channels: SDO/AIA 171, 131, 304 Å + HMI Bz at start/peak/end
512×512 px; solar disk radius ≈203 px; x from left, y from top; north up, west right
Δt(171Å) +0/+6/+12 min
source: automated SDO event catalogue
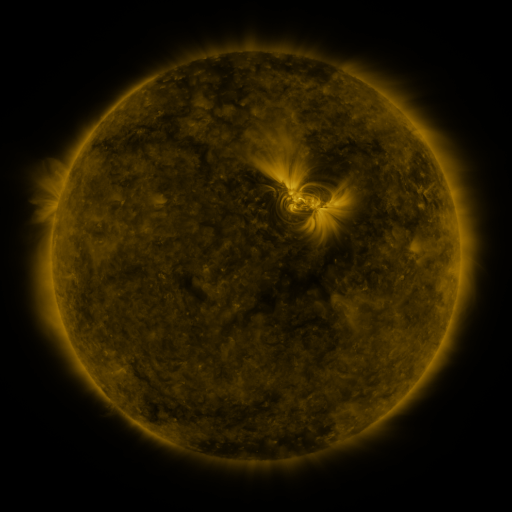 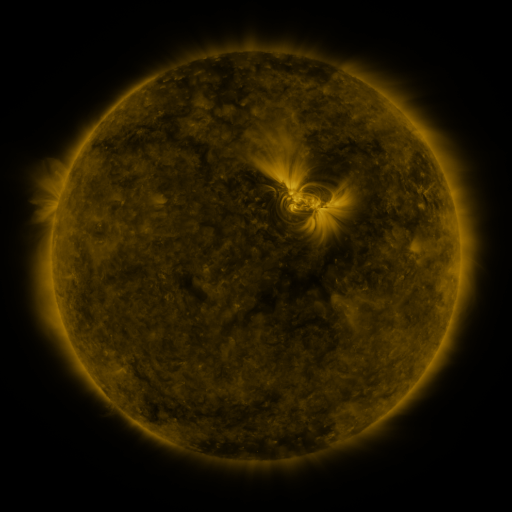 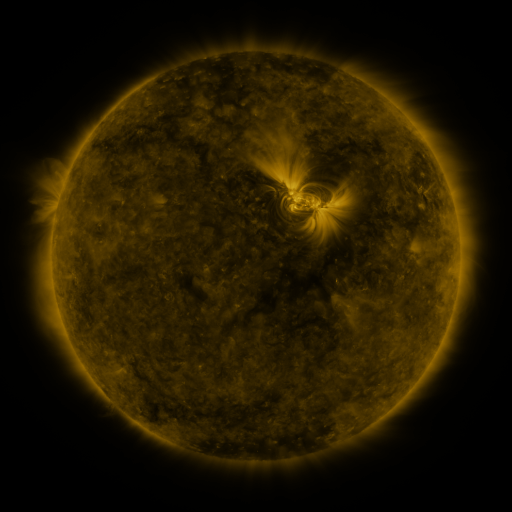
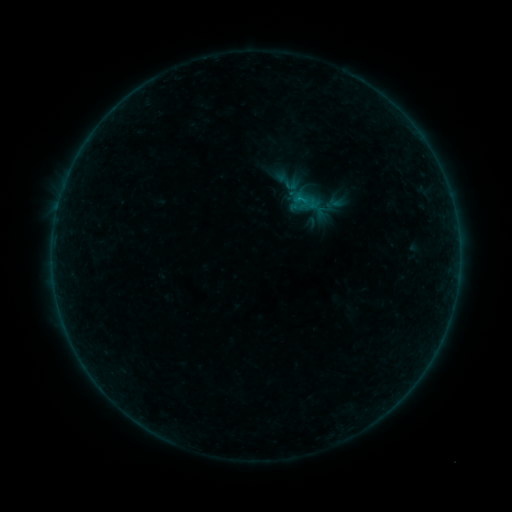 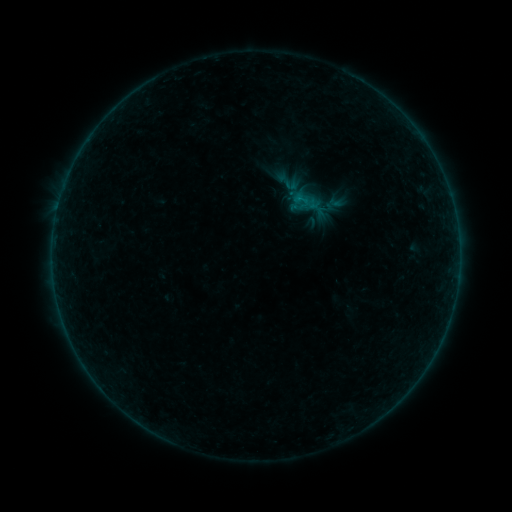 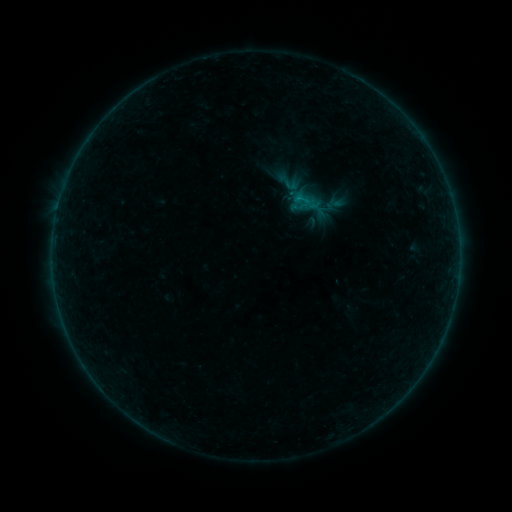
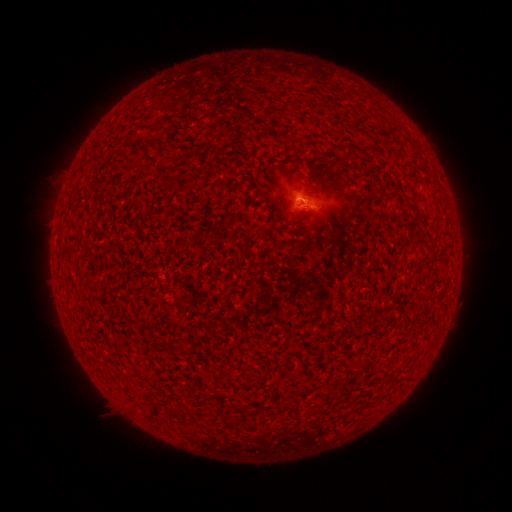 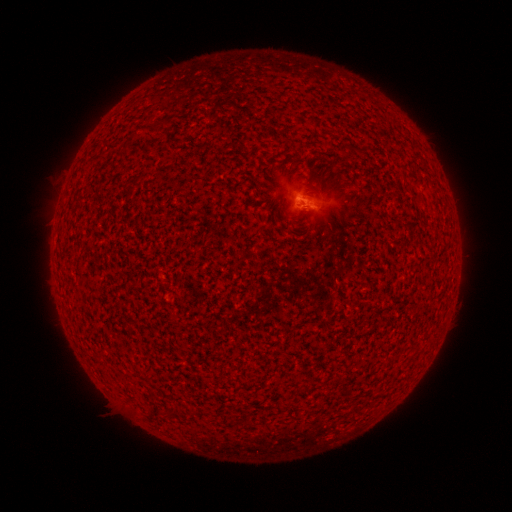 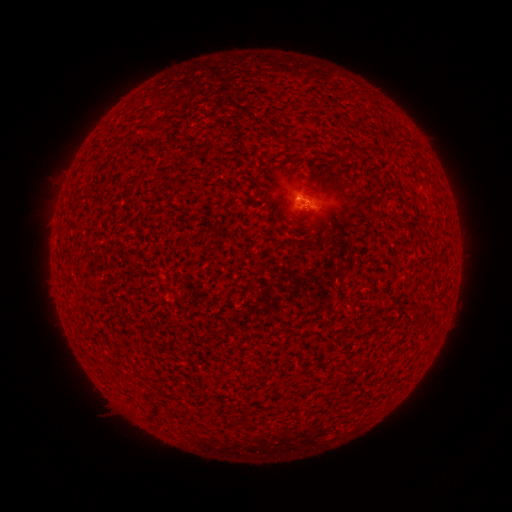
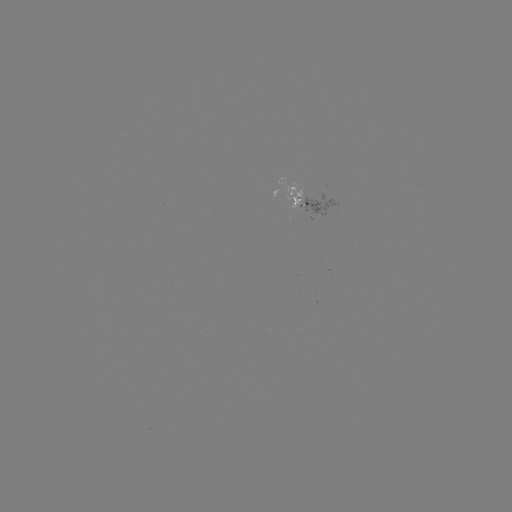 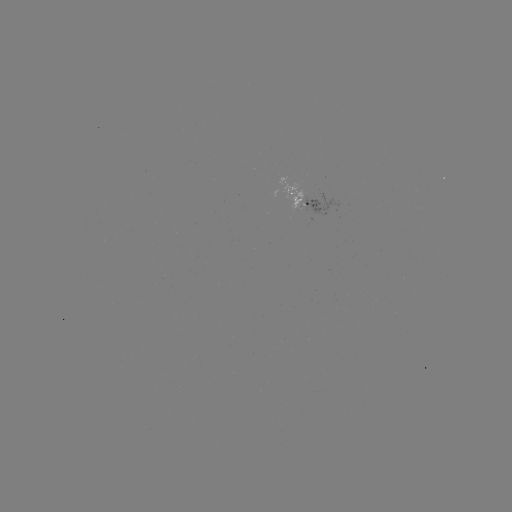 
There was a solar flare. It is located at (296, 200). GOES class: B1.3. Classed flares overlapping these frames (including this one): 1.